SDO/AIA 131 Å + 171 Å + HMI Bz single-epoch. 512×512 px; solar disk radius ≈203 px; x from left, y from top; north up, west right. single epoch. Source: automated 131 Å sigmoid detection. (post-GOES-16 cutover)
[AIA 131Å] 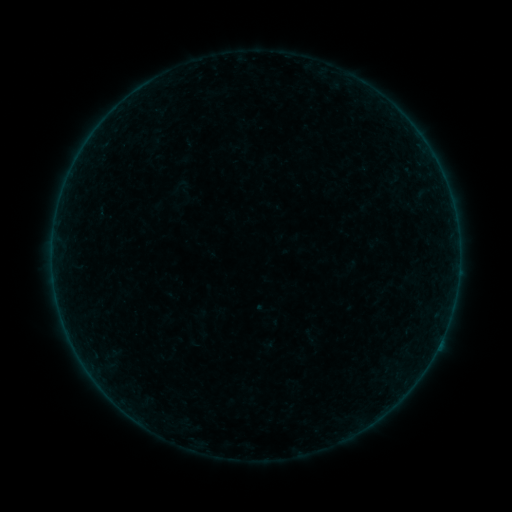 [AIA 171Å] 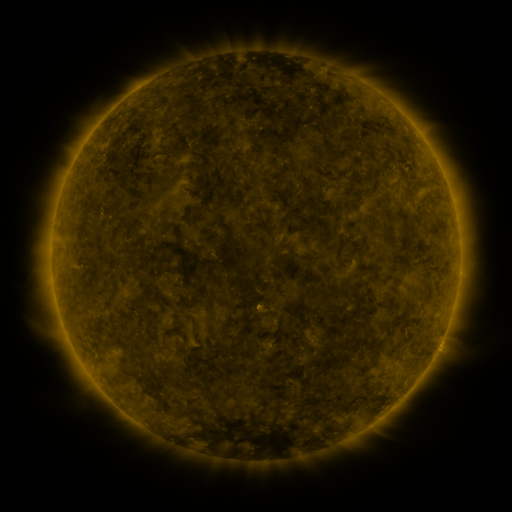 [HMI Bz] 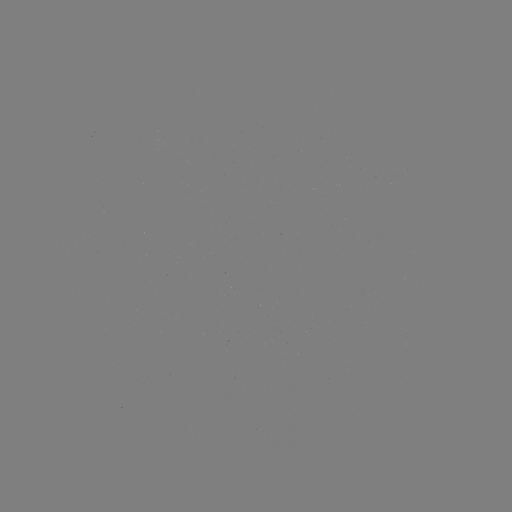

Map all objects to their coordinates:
sigmoid: (395, 177)
